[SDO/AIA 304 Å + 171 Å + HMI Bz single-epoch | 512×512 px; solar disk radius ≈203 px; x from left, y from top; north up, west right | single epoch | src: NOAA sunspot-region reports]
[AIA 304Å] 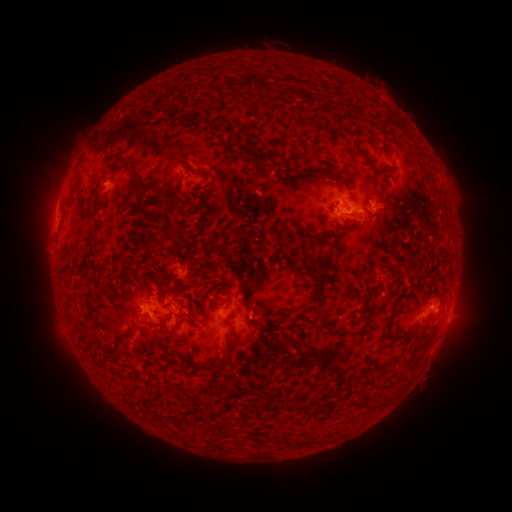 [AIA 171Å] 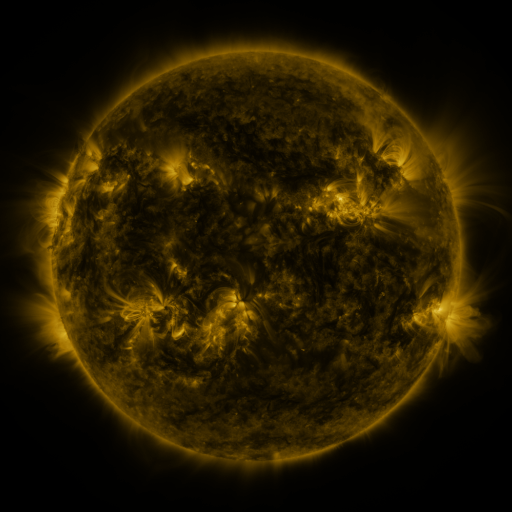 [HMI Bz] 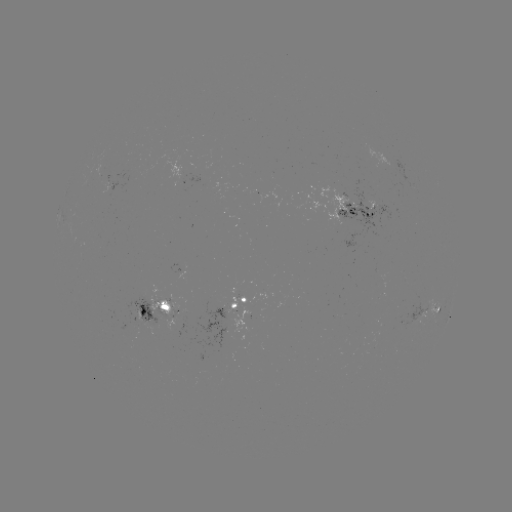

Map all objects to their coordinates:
spotted active region: (419, 182)
spotted active region: (359, 212)
spotted active region: (262, 302)
spotted active region: (180, 309)
spotted active region: (426, 312)
